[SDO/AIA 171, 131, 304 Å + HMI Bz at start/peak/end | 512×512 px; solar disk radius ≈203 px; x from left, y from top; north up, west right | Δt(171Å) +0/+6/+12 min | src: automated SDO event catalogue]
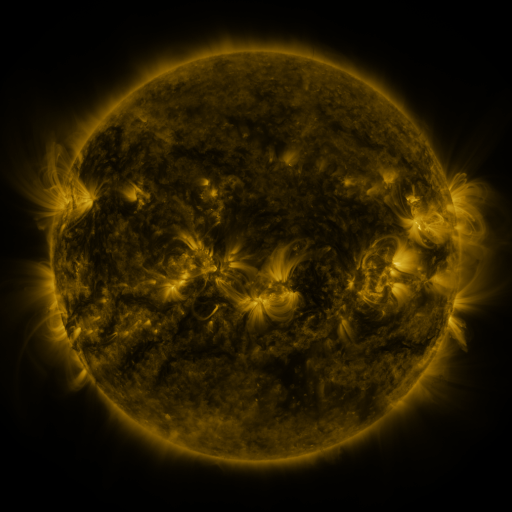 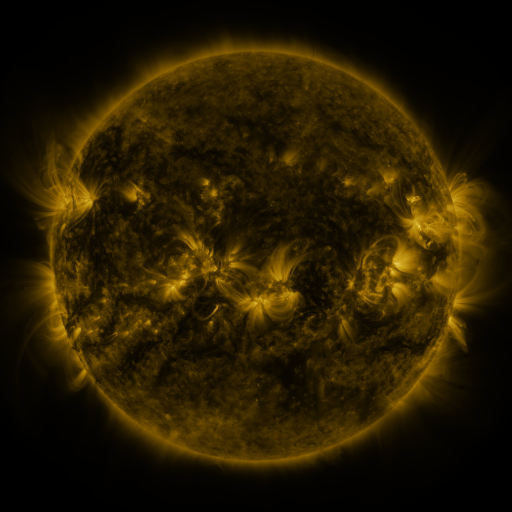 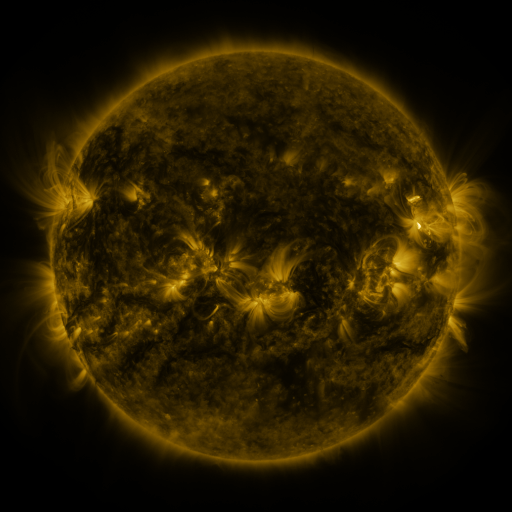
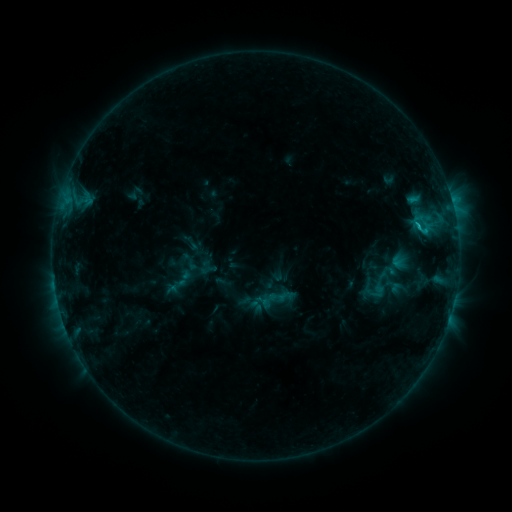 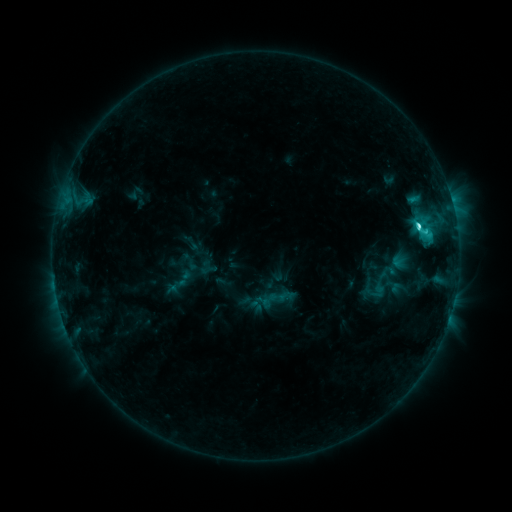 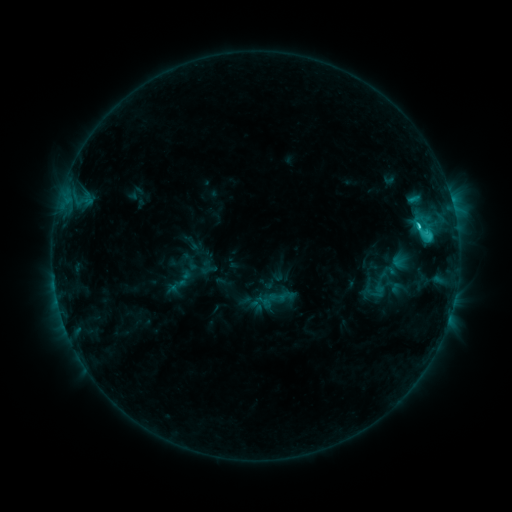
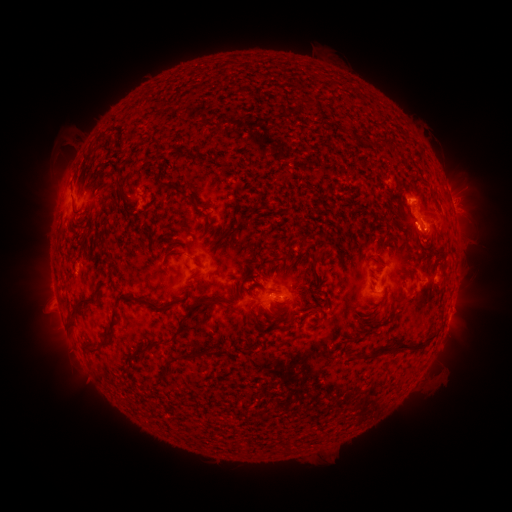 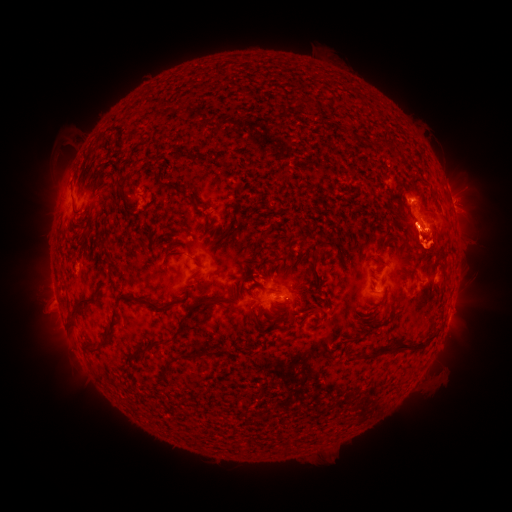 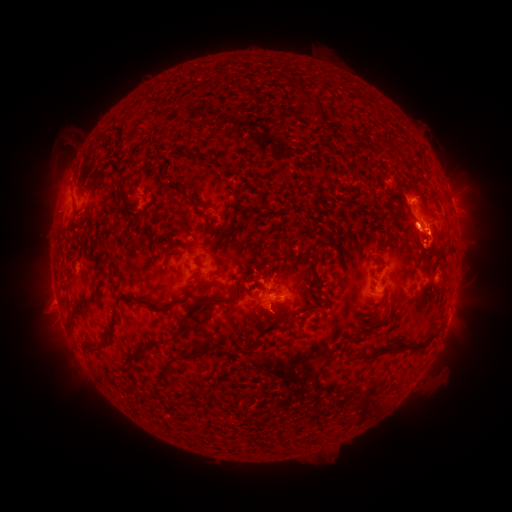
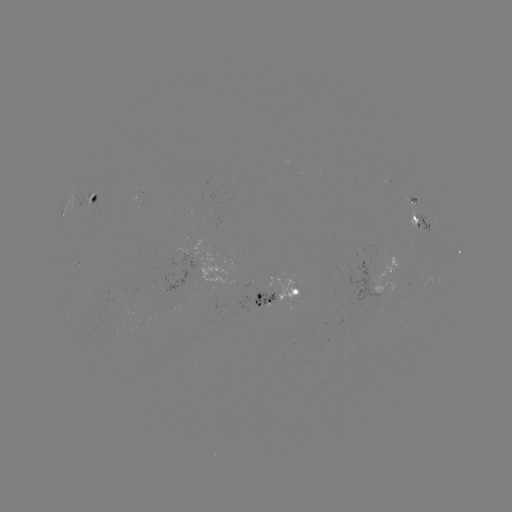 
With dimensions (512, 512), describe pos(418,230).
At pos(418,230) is C4.7 flare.